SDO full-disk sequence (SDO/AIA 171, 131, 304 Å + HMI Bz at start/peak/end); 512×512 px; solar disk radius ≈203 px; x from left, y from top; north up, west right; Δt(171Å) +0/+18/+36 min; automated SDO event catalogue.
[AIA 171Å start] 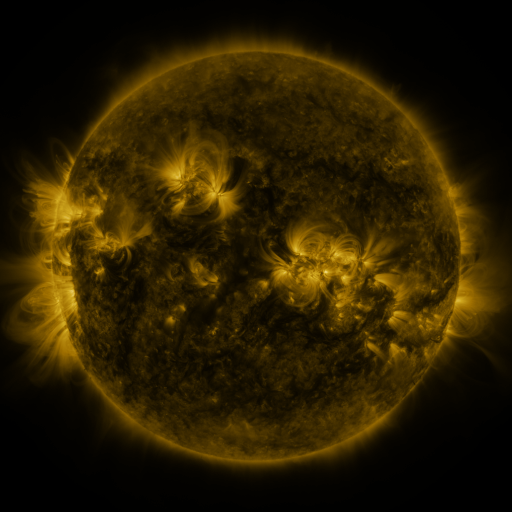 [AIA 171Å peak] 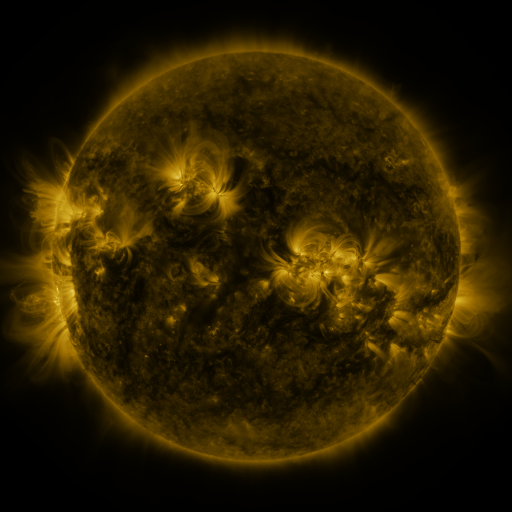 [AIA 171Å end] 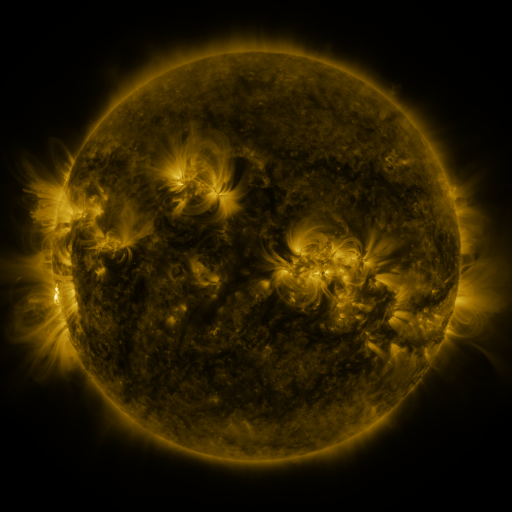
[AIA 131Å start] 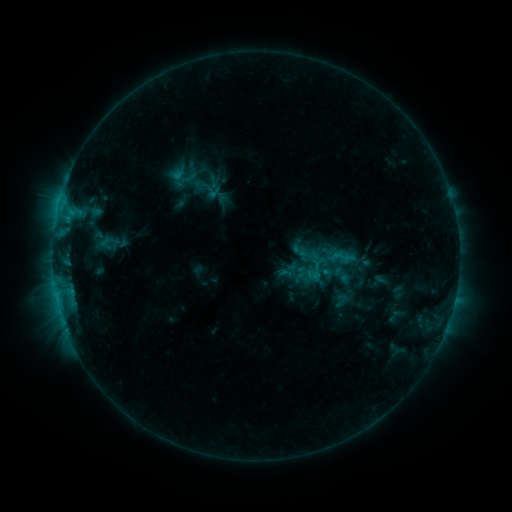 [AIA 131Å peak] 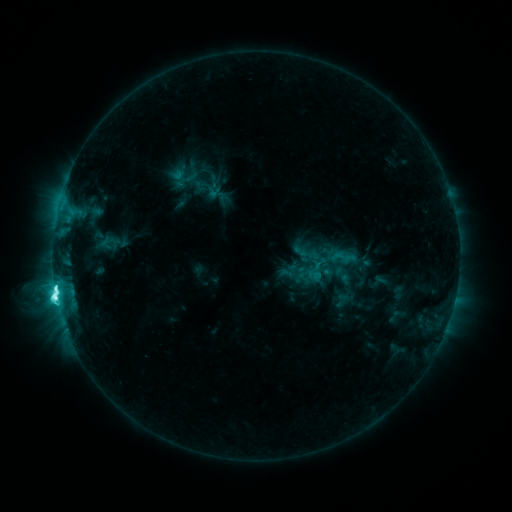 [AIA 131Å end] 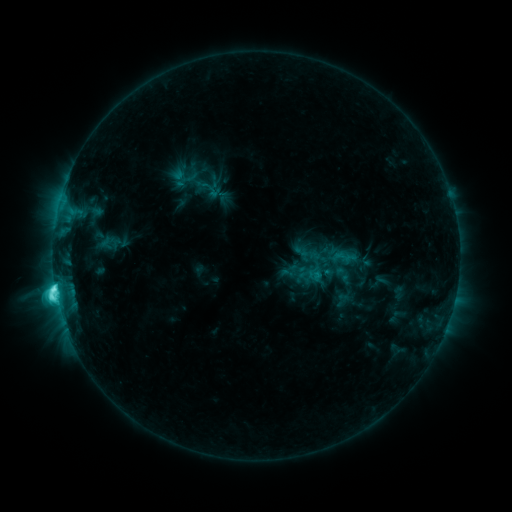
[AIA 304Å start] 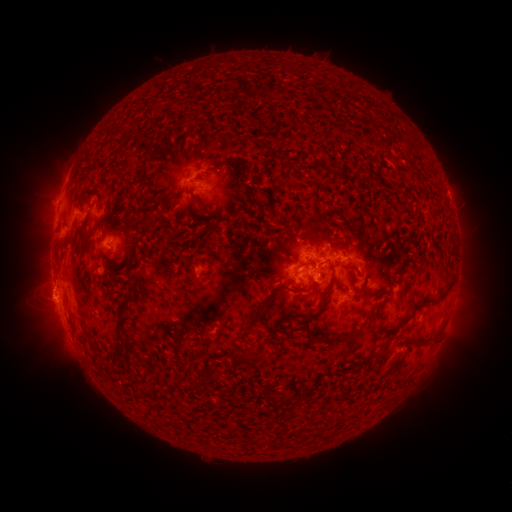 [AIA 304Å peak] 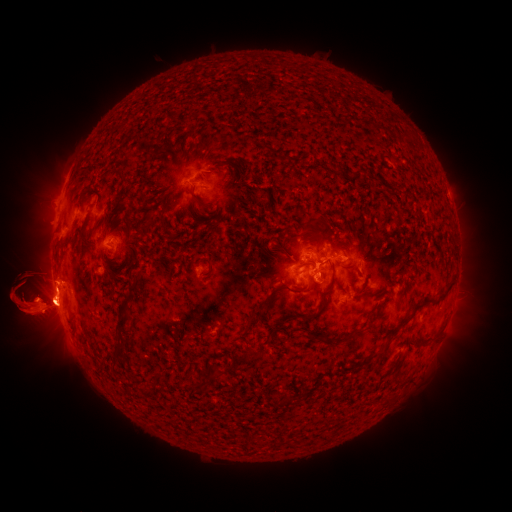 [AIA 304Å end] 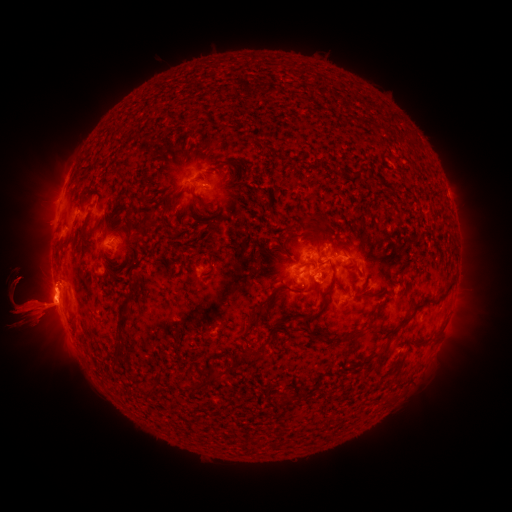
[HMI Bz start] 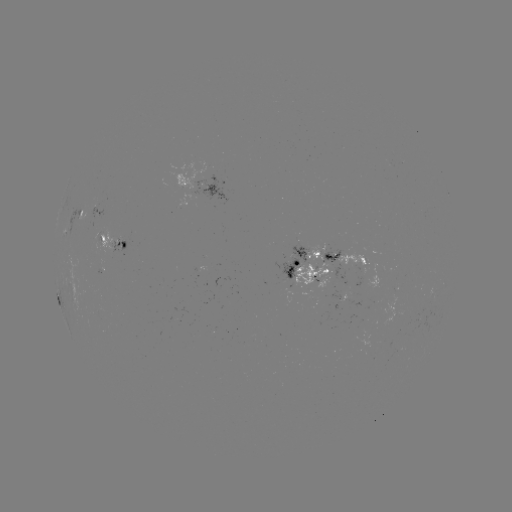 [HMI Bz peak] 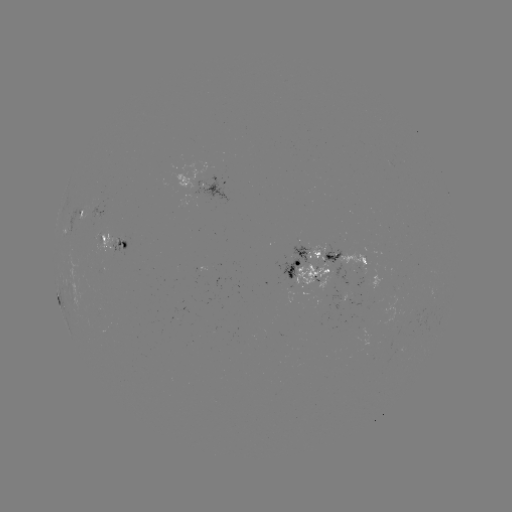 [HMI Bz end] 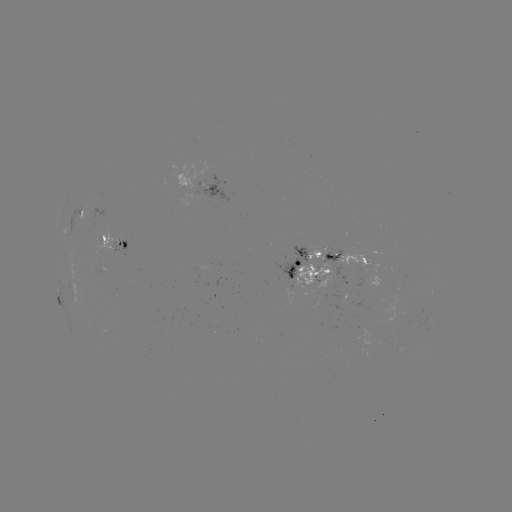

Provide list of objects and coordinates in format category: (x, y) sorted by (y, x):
eruption: (43, 296)
